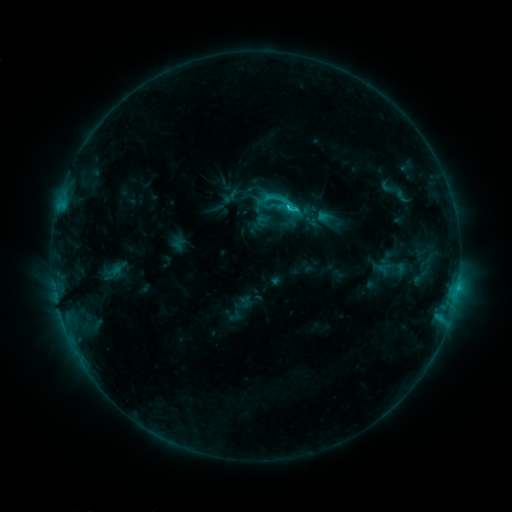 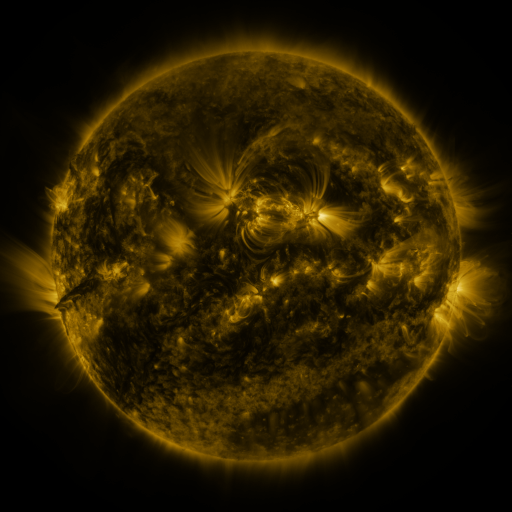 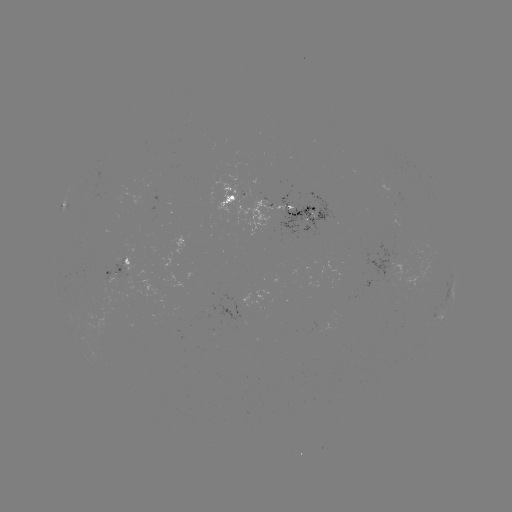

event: sigmoid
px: (285, 203)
